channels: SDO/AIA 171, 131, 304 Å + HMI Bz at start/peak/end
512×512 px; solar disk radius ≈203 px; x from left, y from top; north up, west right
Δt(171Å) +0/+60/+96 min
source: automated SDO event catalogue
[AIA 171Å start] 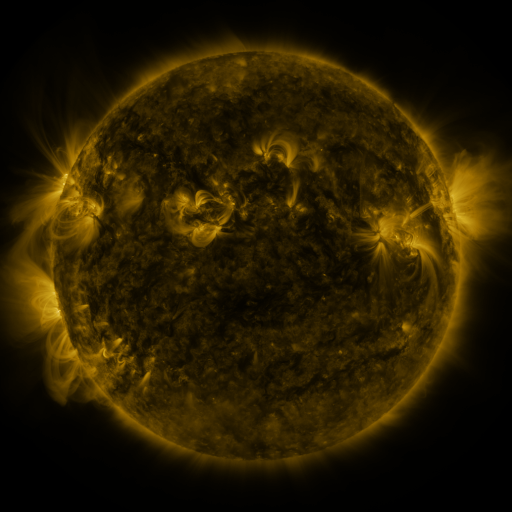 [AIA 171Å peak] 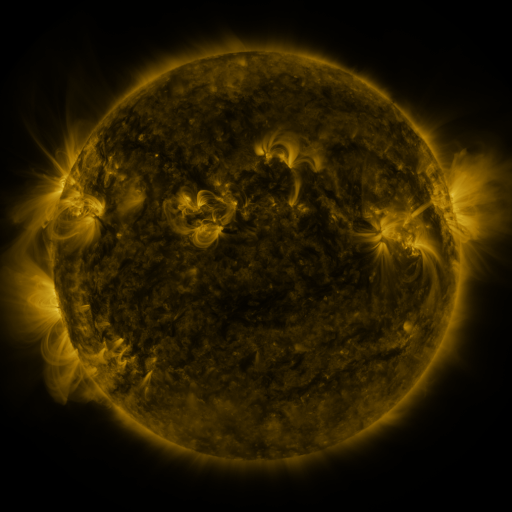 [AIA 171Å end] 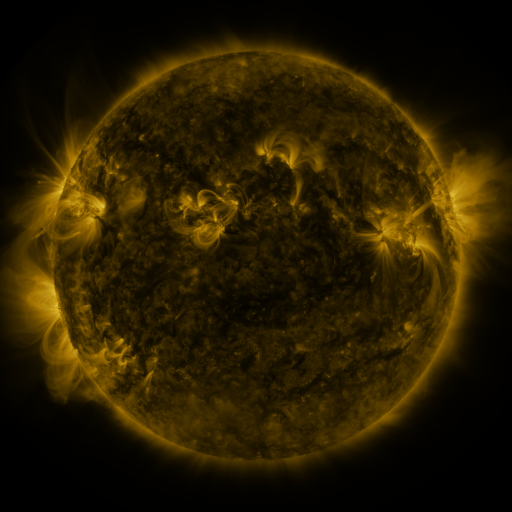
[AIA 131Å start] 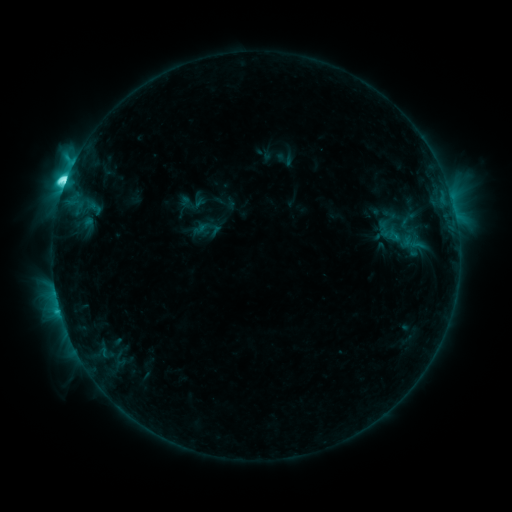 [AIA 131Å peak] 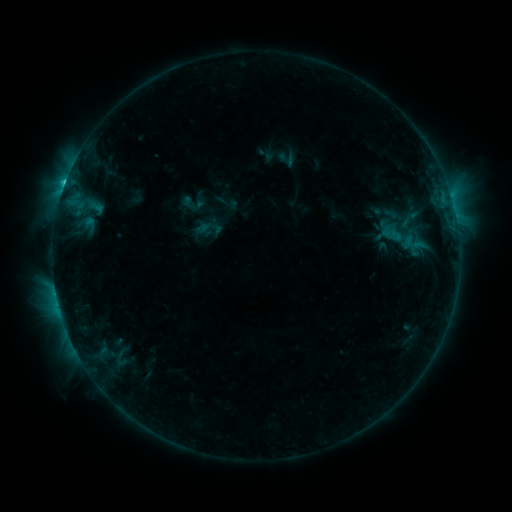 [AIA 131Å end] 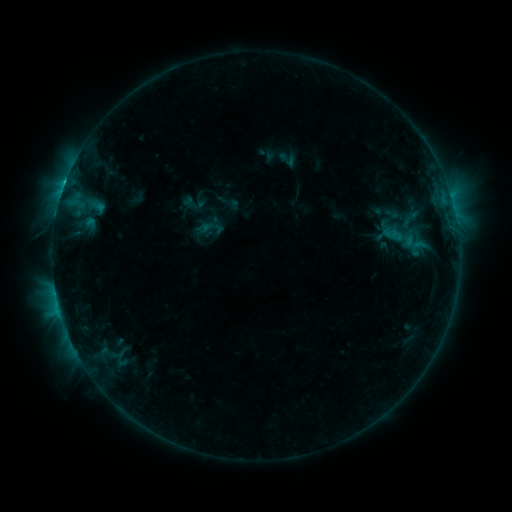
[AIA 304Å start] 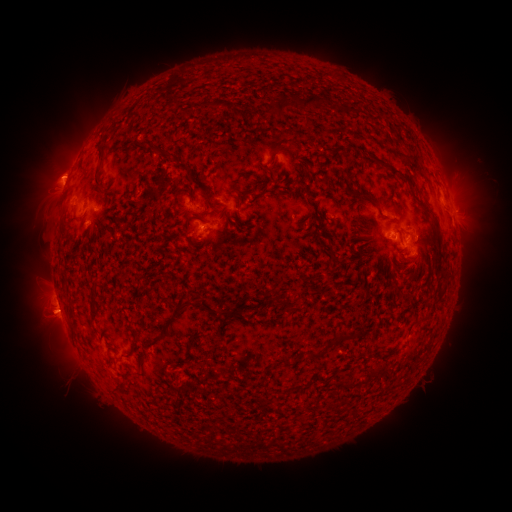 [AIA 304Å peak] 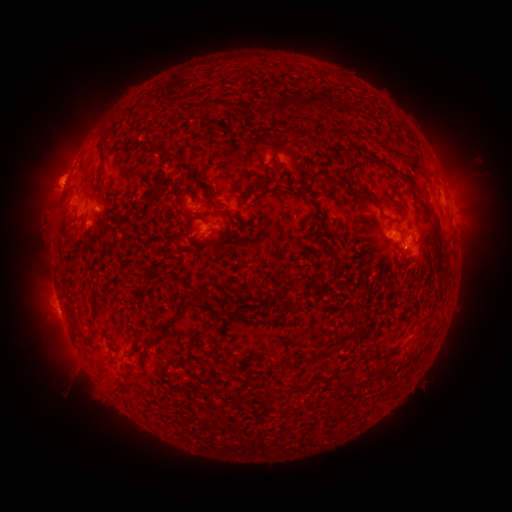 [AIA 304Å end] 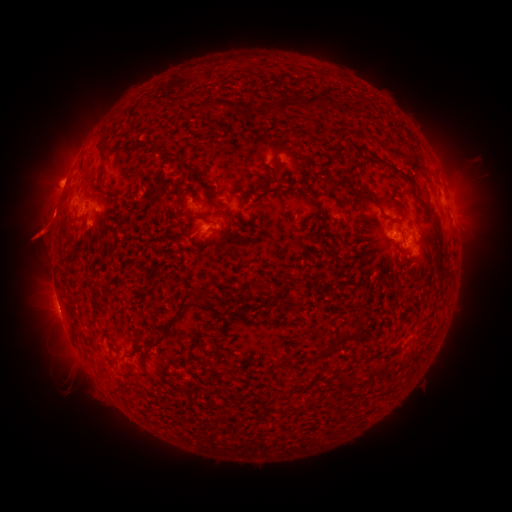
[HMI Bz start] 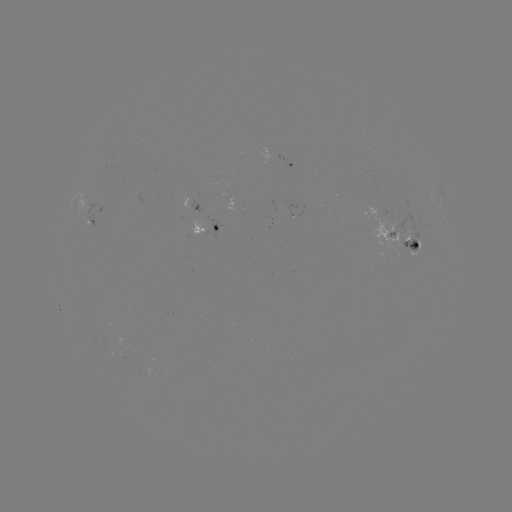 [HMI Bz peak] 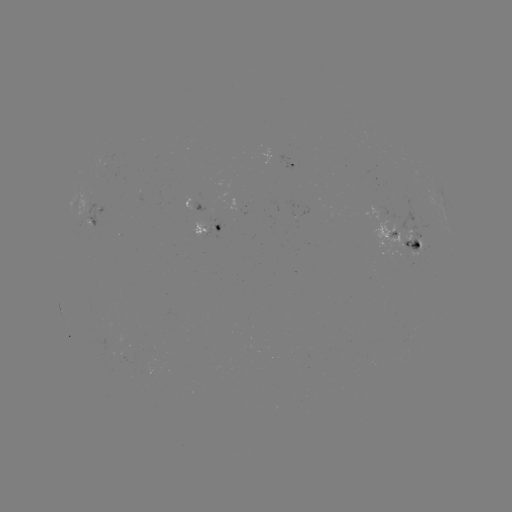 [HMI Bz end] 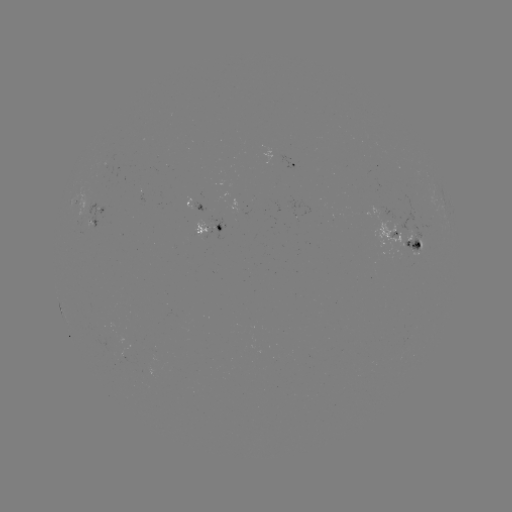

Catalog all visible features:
emerging-flux region: (413, 238)
